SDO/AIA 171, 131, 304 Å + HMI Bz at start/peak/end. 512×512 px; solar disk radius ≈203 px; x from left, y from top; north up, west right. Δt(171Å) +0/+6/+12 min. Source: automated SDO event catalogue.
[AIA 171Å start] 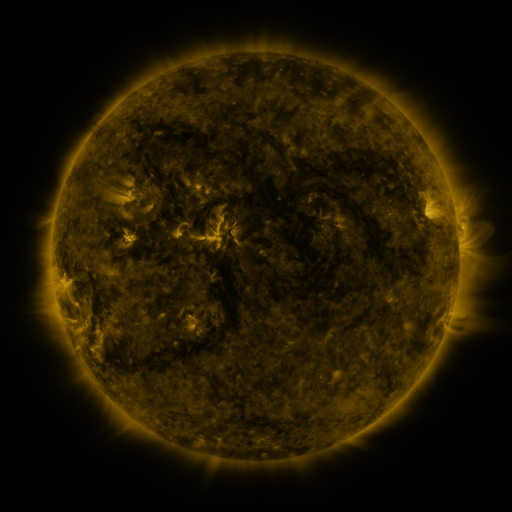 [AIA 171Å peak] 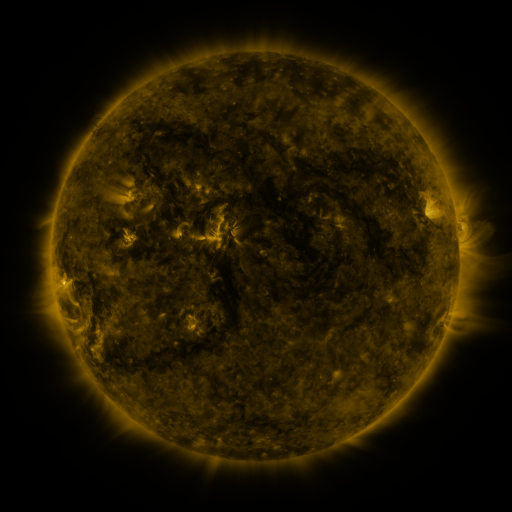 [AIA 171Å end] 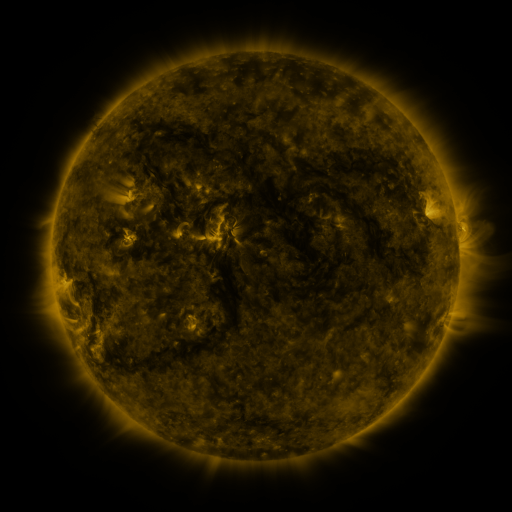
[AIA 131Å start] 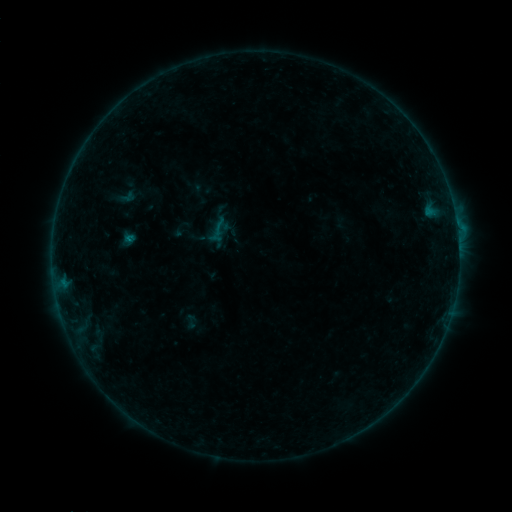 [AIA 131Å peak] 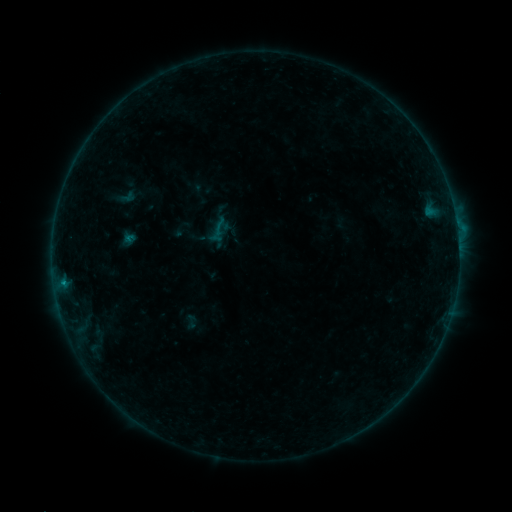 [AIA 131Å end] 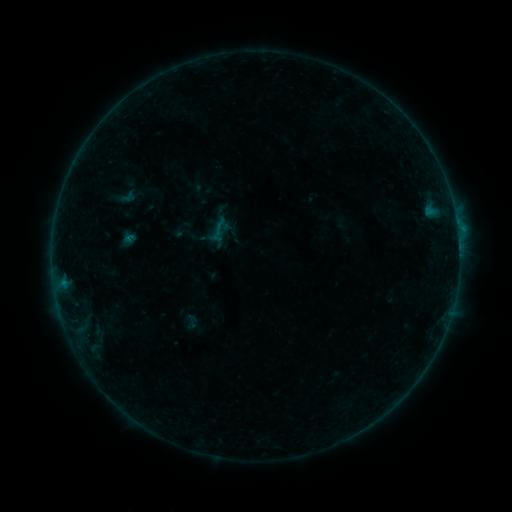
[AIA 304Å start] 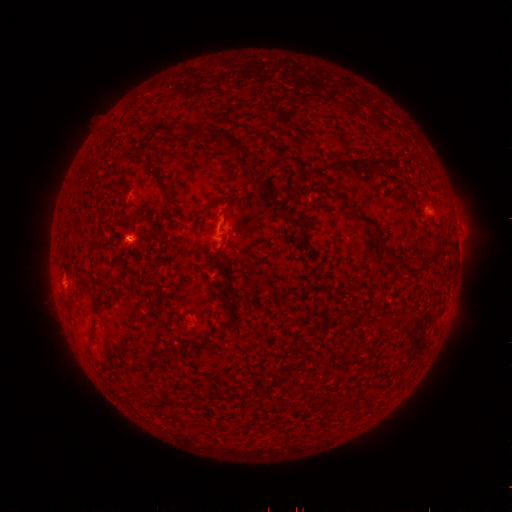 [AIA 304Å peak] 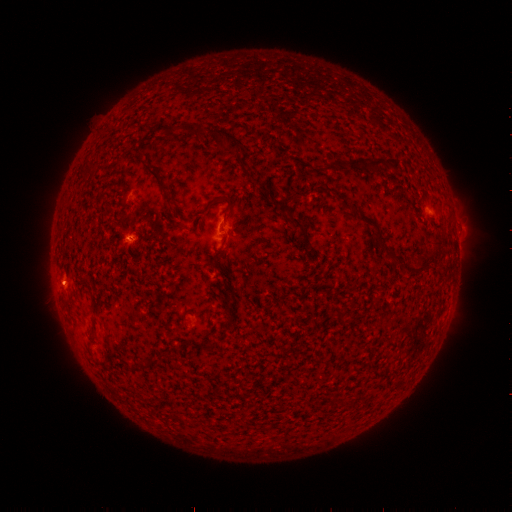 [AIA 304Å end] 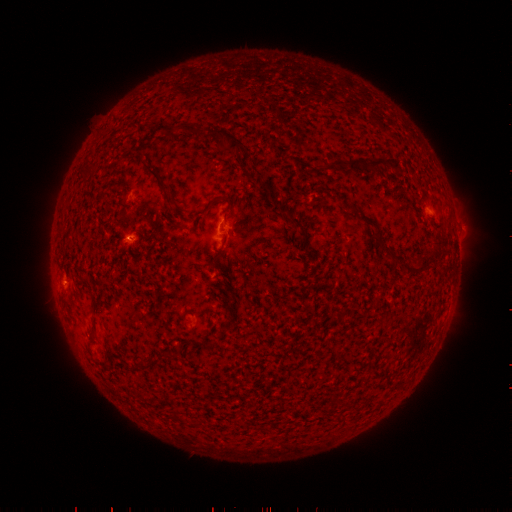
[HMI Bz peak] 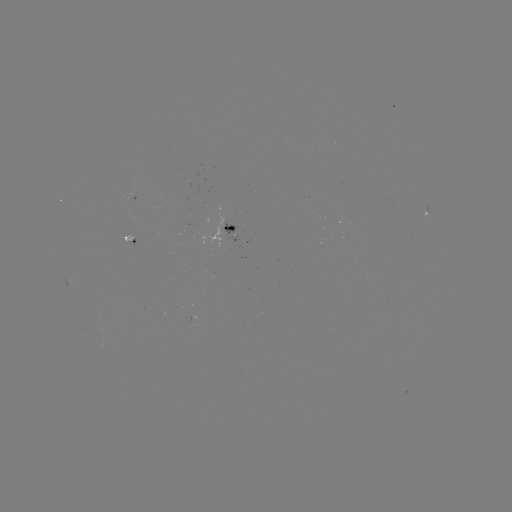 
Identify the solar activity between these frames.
B3.1 flare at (63, 282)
